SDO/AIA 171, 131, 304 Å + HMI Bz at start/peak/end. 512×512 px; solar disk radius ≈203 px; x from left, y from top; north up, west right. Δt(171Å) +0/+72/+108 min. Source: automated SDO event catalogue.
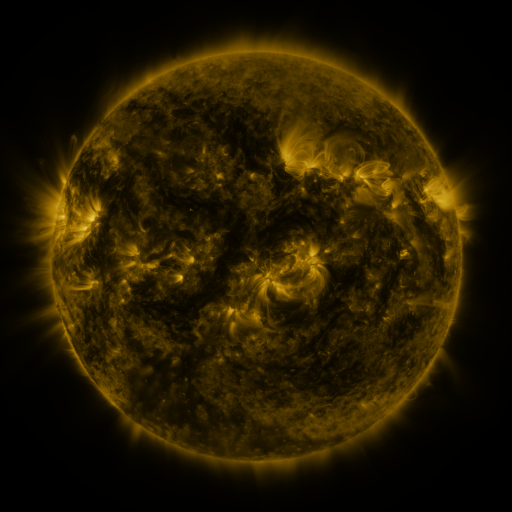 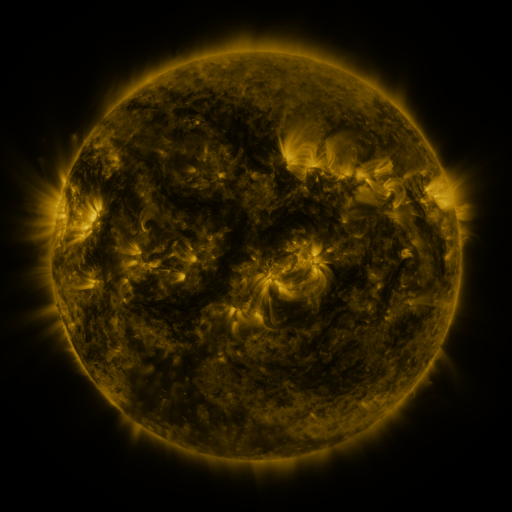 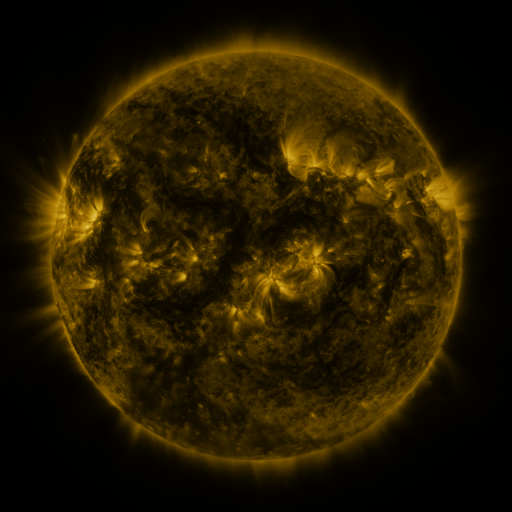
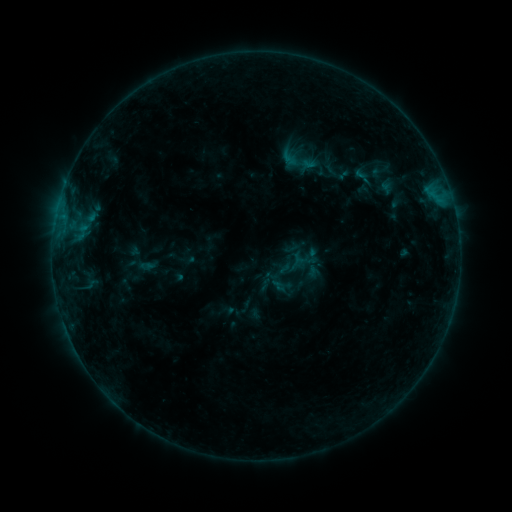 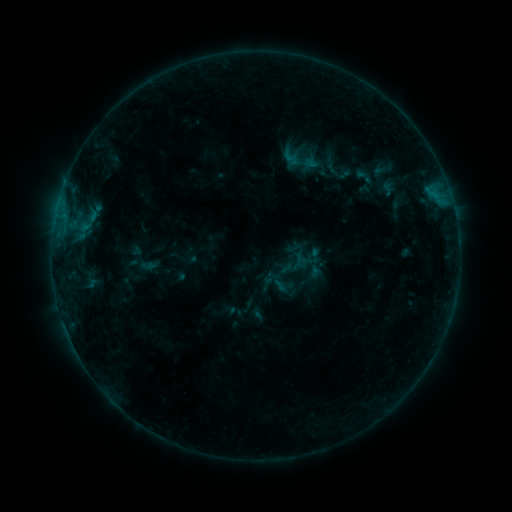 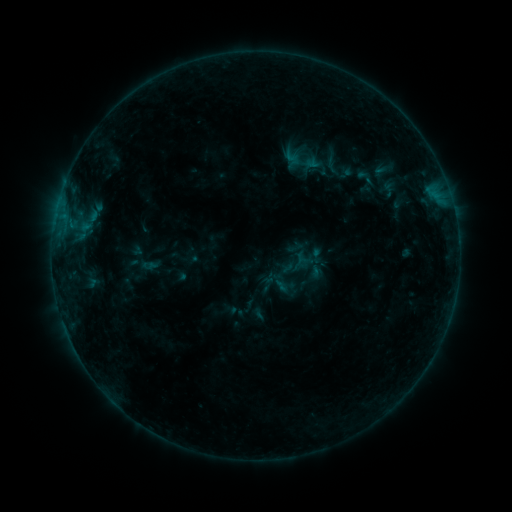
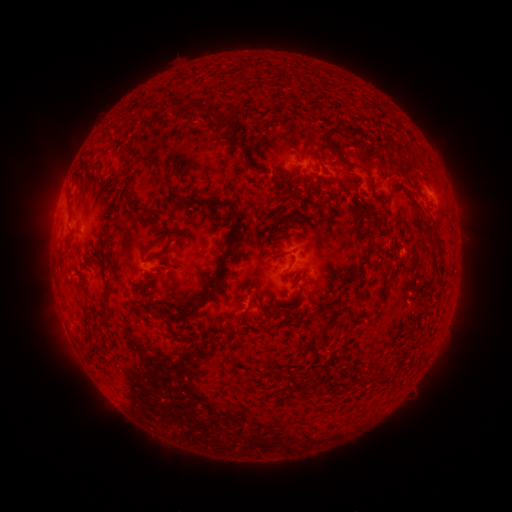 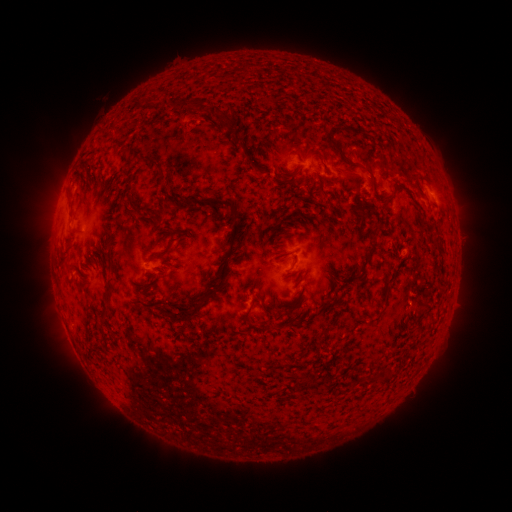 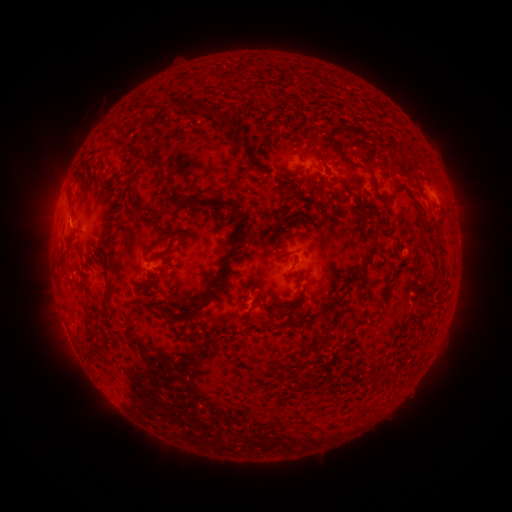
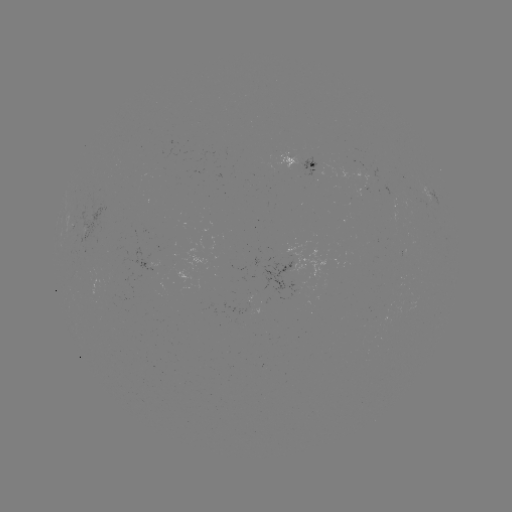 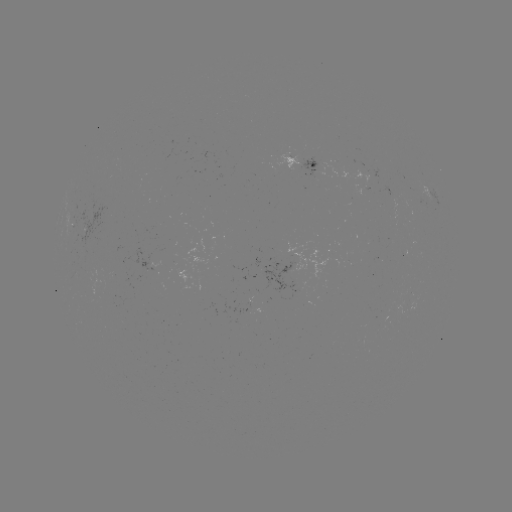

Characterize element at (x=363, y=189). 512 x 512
emerging-flux region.